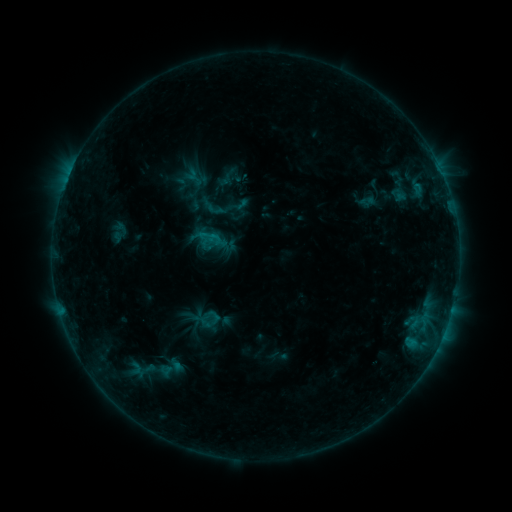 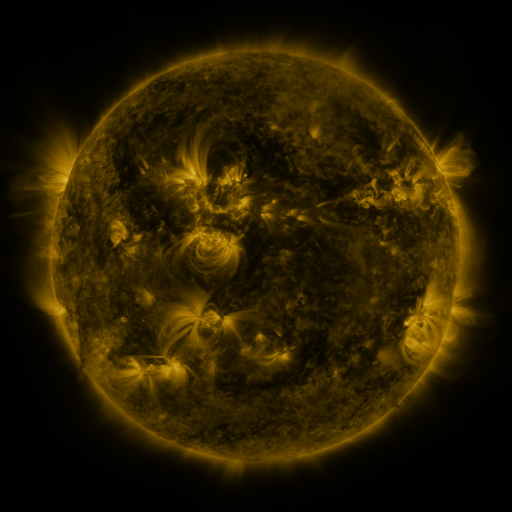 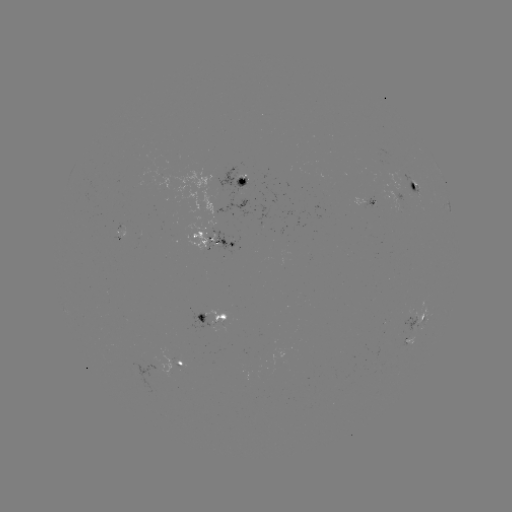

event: sigmoid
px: (168, 368)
